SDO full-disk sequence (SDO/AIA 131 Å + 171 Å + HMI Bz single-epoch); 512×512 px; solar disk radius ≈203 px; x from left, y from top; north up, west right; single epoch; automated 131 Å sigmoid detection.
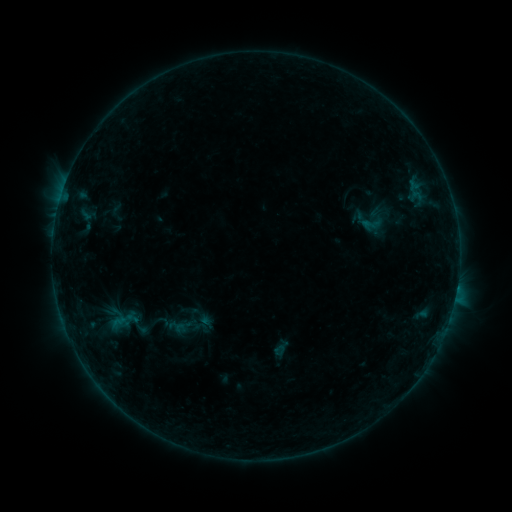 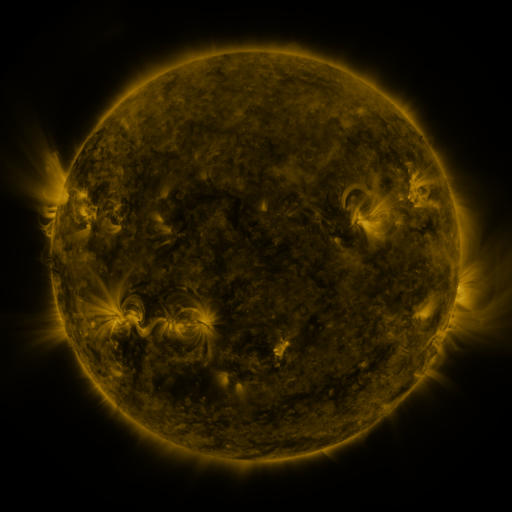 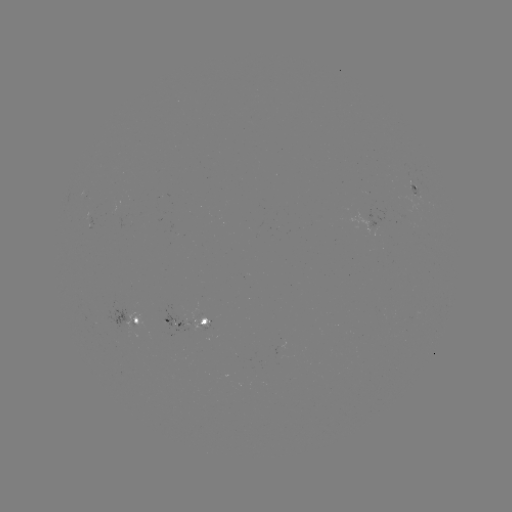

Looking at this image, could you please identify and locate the sigmoid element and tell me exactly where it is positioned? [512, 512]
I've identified sigmoid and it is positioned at (373, 223).